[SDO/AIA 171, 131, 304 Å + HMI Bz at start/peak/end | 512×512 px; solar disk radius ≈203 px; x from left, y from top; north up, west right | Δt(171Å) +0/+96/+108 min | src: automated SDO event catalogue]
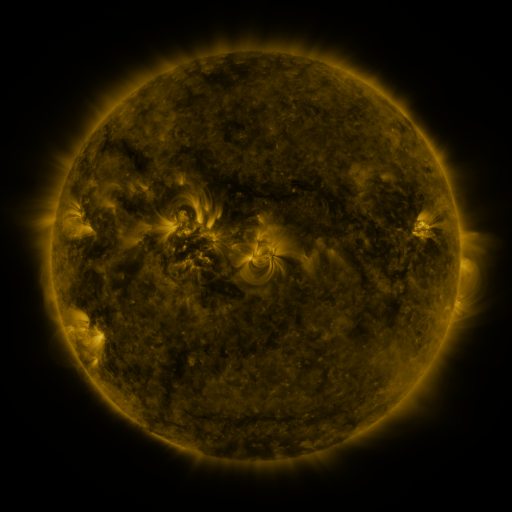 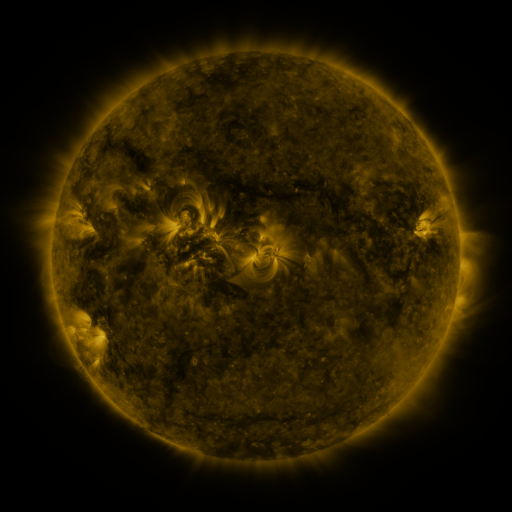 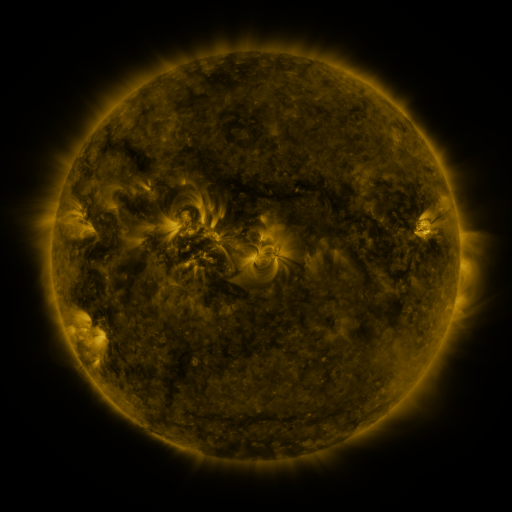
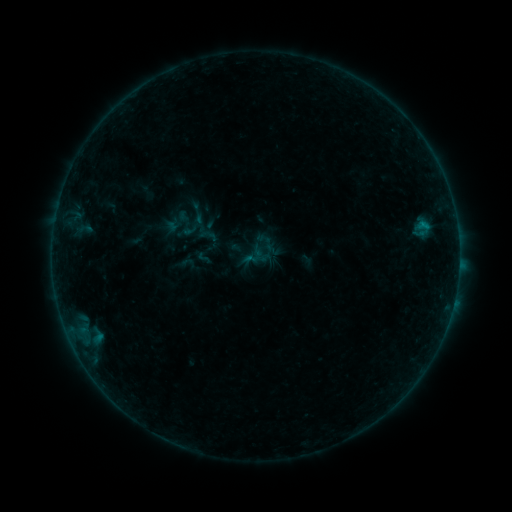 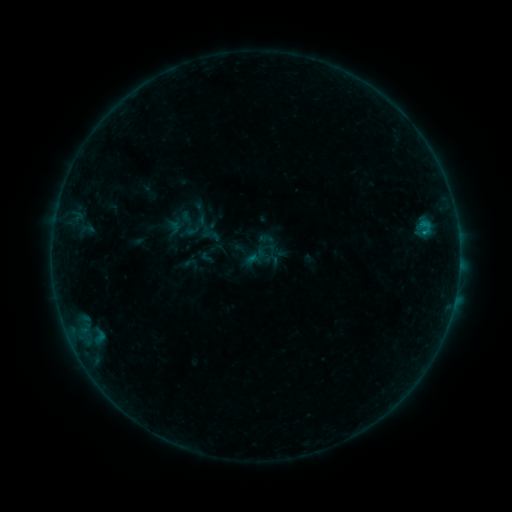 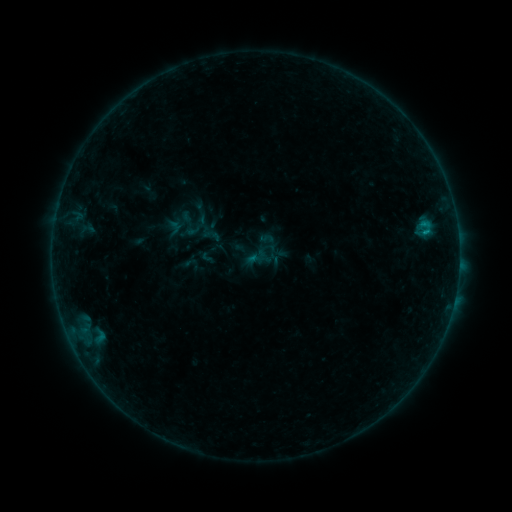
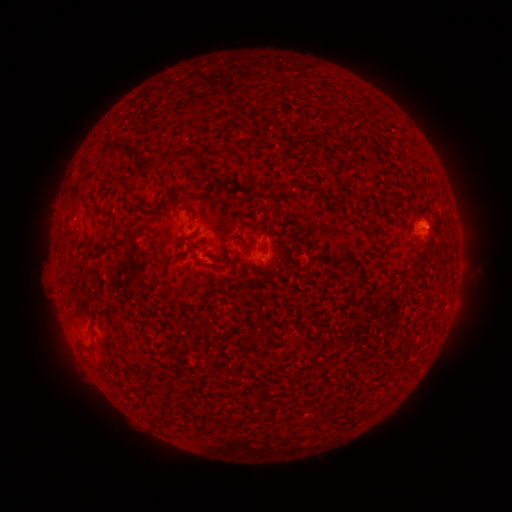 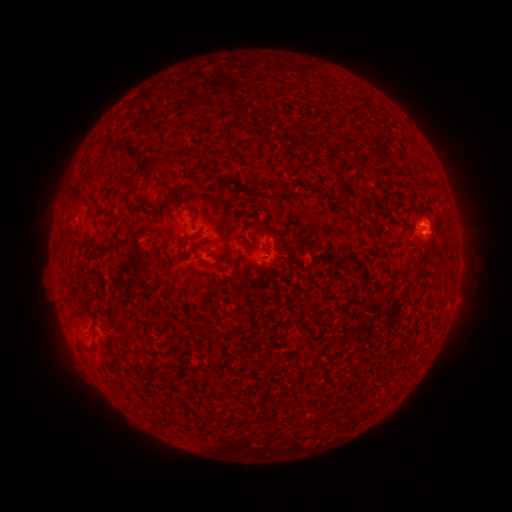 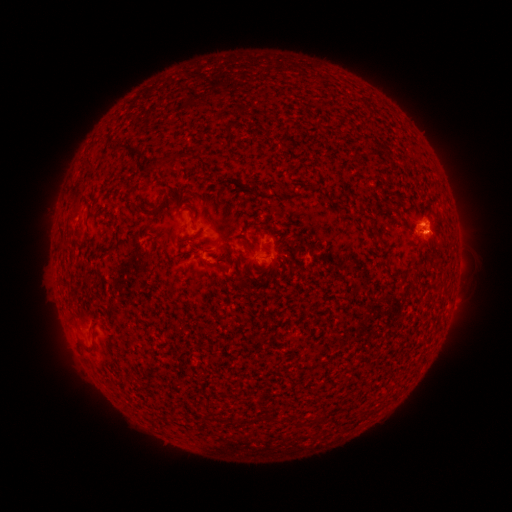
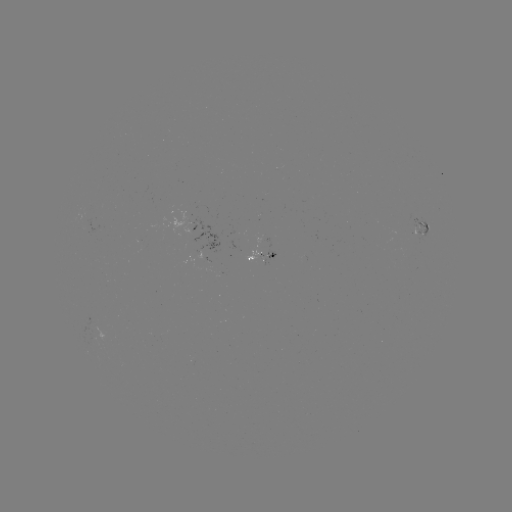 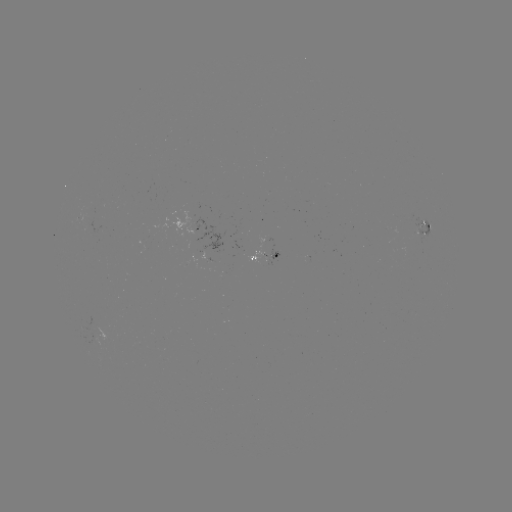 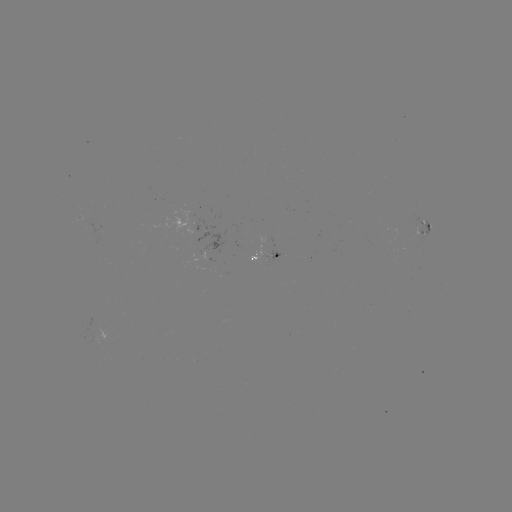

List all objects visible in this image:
emerging-flux region: (424, 231)
